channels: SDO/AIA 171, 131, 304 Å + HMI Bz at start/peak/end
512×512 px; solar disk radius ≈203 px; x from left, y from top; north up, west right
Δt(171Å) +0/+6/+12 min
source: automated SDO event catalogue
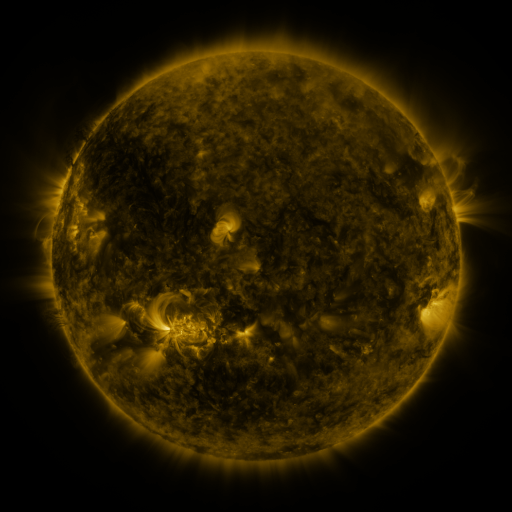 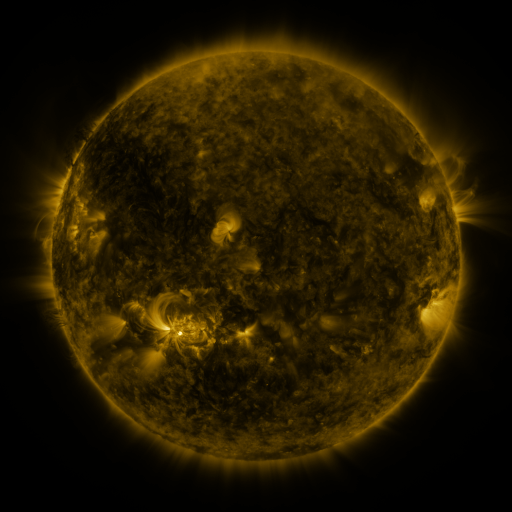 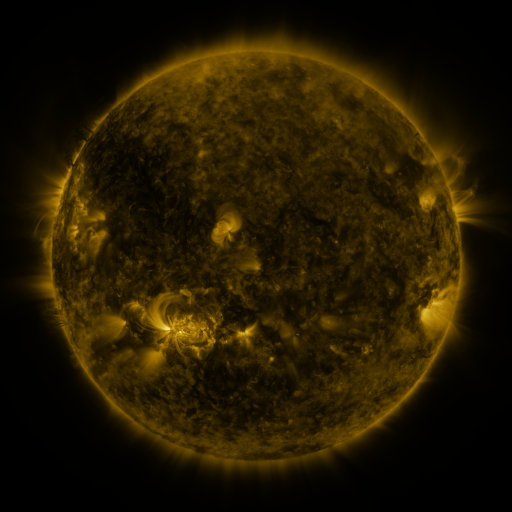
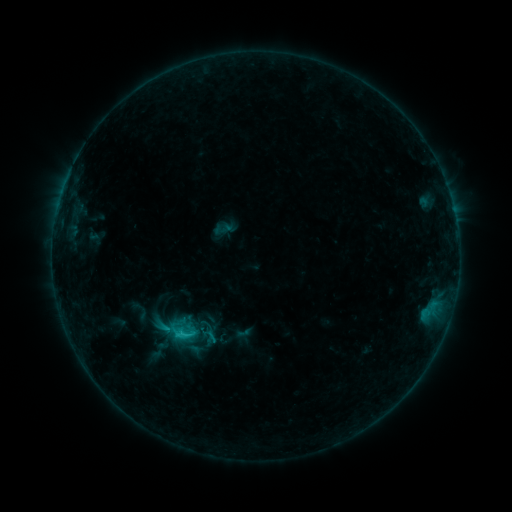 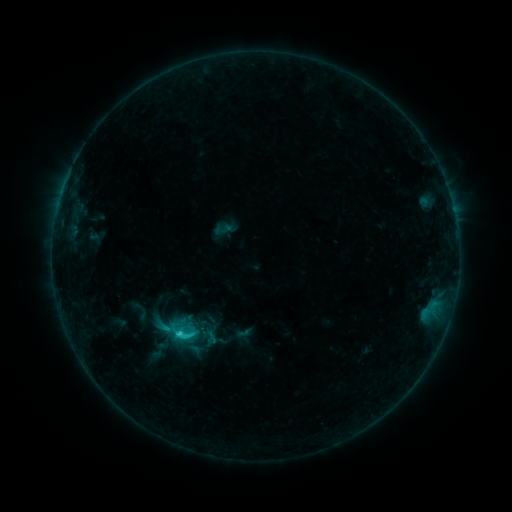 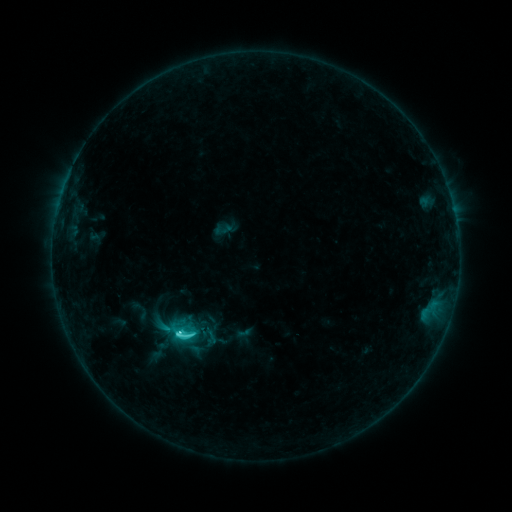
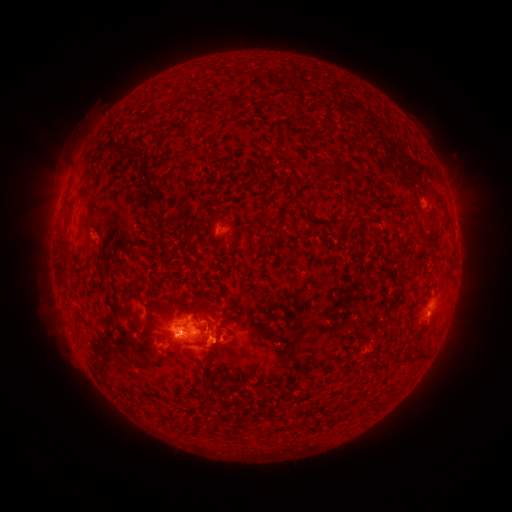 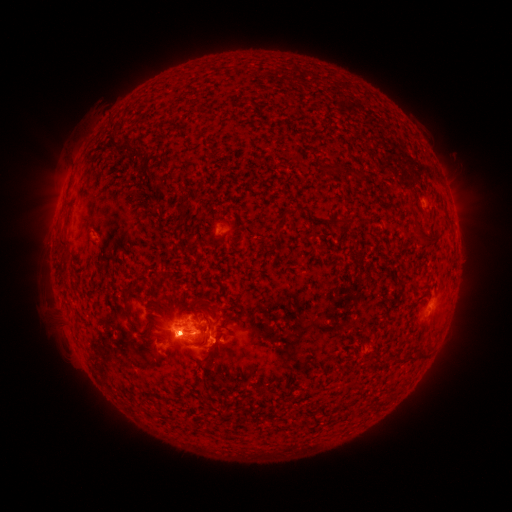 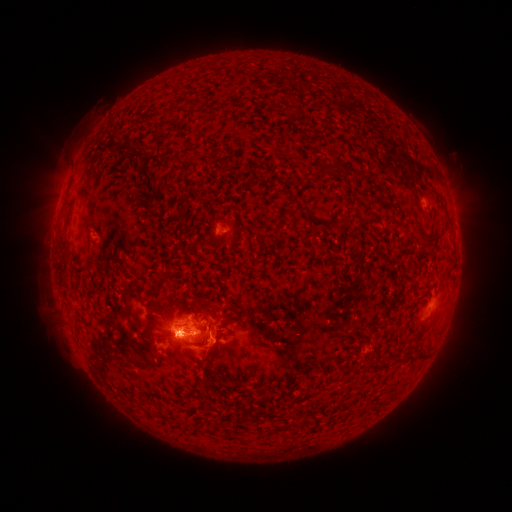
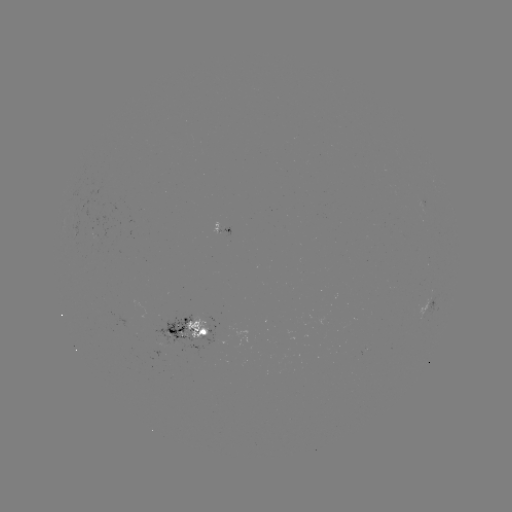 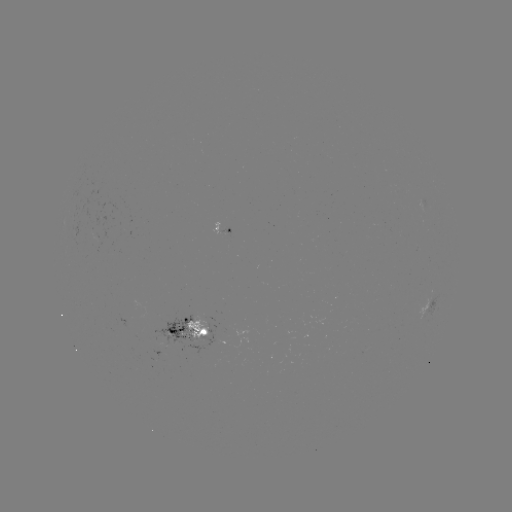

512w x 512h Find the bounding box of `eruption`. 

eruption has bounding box [147, 302, 215, 367].